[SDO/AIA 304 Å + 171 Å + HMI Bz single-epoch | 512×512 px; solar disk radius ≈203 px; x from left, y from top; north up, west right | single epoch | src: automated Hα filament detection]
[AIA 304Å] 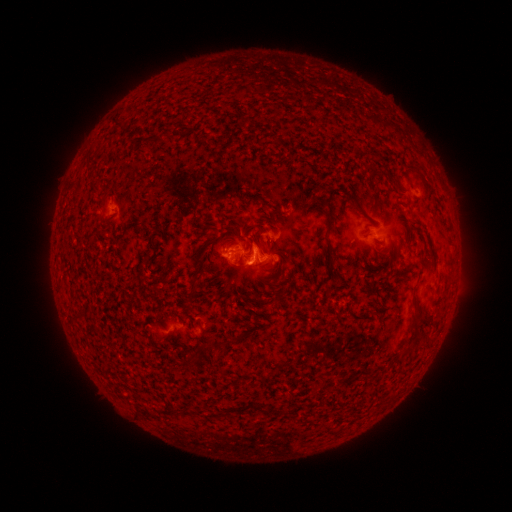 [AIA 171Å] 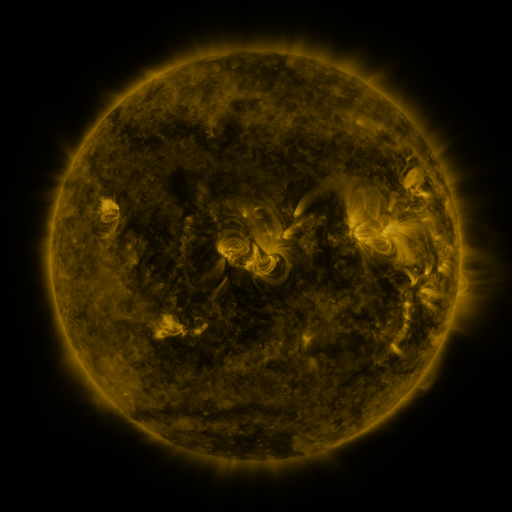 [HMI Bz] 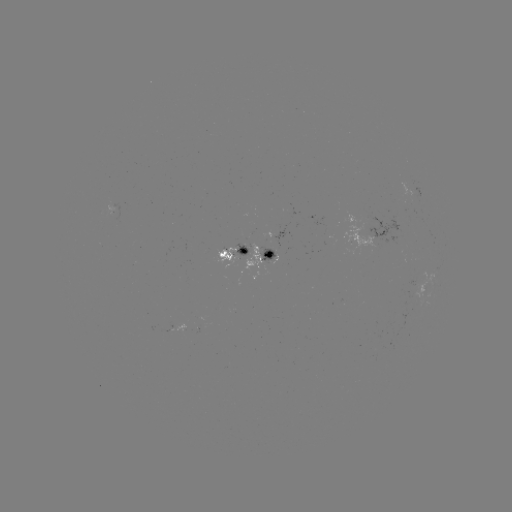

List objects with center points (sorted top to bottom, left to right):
filament: (157, 131, 166, 141)
filament: (346, 192, 366, 213)
filament: (270, 223, 280, 232)
filament: (324, 229, 332, 257)
filament: (220, 239, 228, 249)
filament: (197, 250, 207, 265)
filament: (269, 255, 285, 270)
filament: (187, 278, 198, 304)
filament: (411, 311, 421, 327)
filament: (70, 314, 82, 321)
filament: (402, 332, 418, 355)
filament: (231, 333, 243, 340)
filament: (268, 405, 281, 413)
